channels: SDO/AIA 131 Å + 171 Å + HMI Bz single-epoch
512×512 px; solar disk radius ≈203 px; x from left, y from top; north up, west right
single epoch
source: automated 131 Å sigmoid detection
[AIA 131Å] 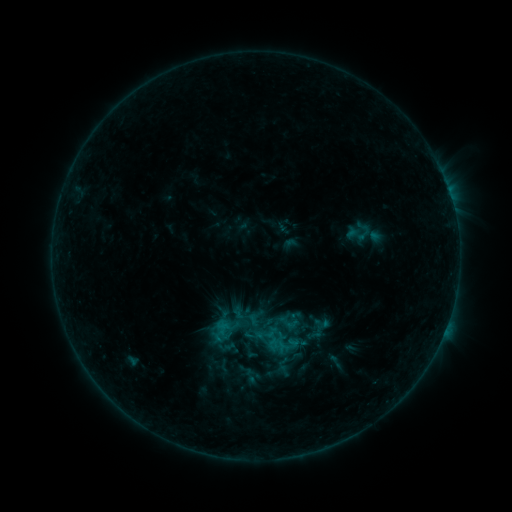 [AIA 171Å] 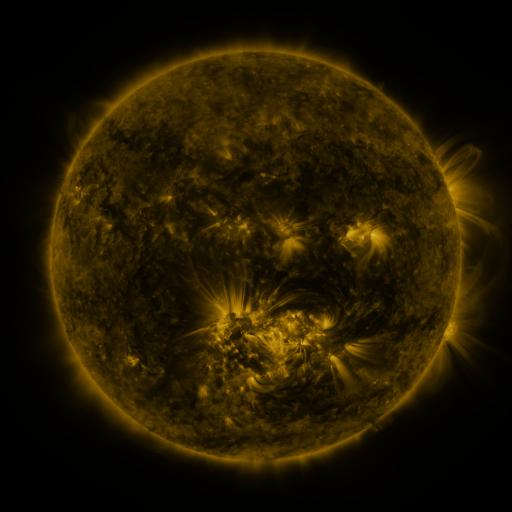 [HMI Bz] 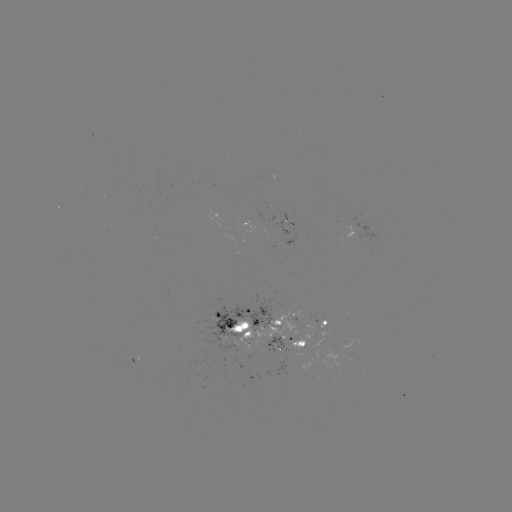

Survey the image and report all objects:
sigmoid: (359, 232)
sigmoid: (231, 324)
